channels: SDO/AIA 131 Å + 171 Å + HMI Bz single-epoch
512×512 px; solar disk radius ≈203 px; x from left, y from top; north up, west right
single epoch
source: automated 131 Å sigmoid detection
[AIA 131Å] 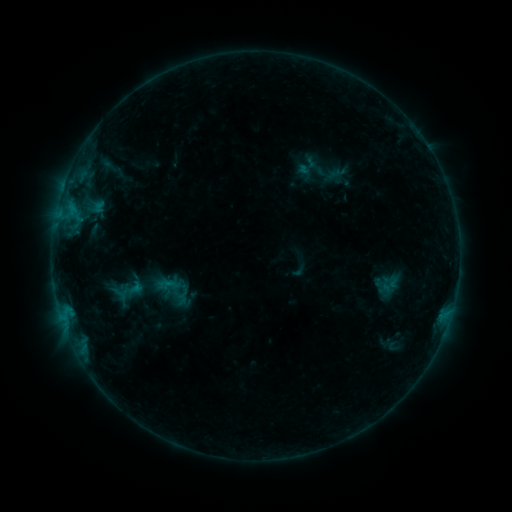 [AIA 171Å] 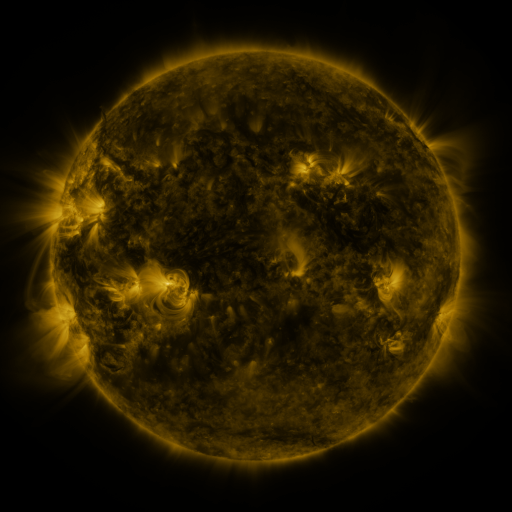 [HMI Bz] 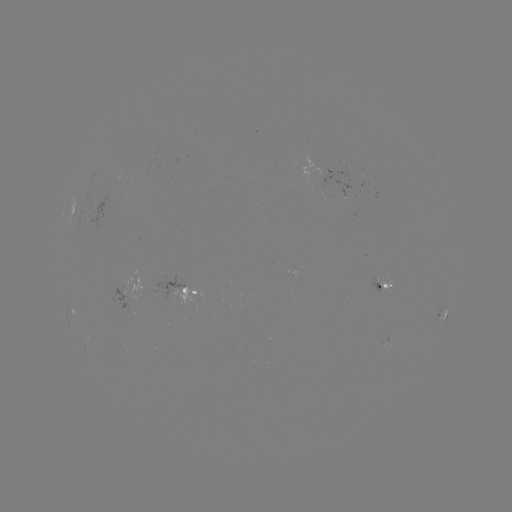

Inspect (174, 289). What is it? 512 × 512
sigmoid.